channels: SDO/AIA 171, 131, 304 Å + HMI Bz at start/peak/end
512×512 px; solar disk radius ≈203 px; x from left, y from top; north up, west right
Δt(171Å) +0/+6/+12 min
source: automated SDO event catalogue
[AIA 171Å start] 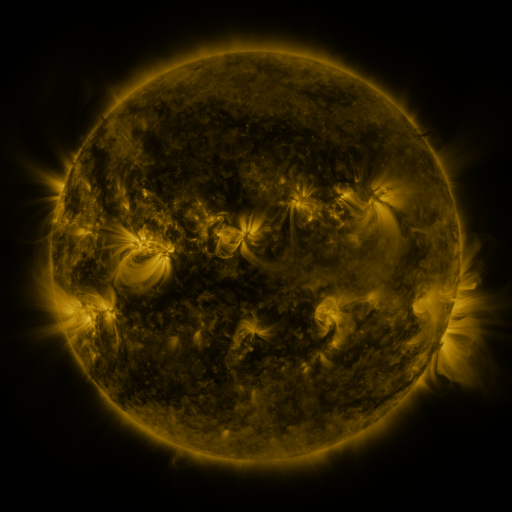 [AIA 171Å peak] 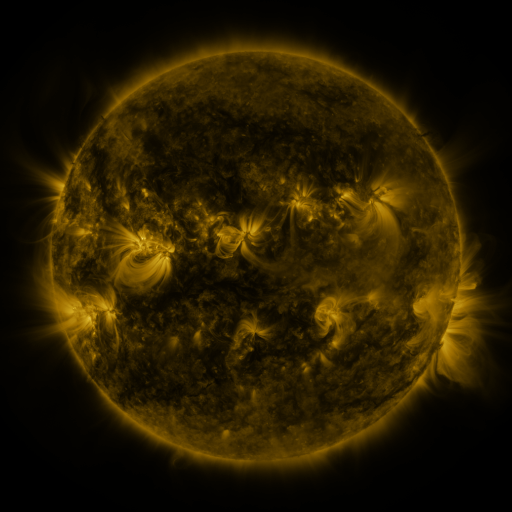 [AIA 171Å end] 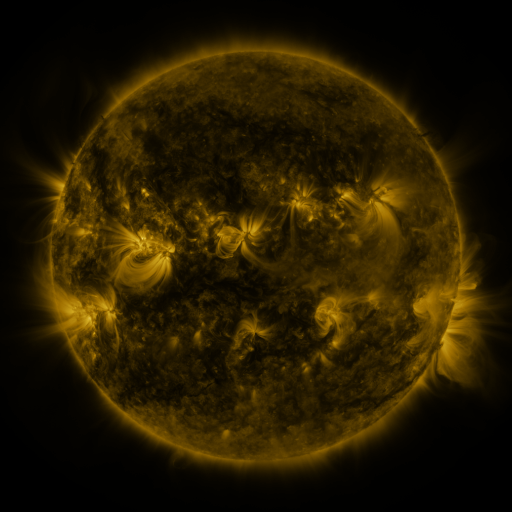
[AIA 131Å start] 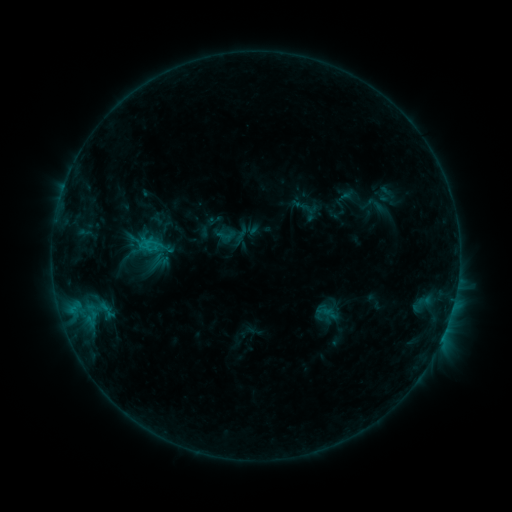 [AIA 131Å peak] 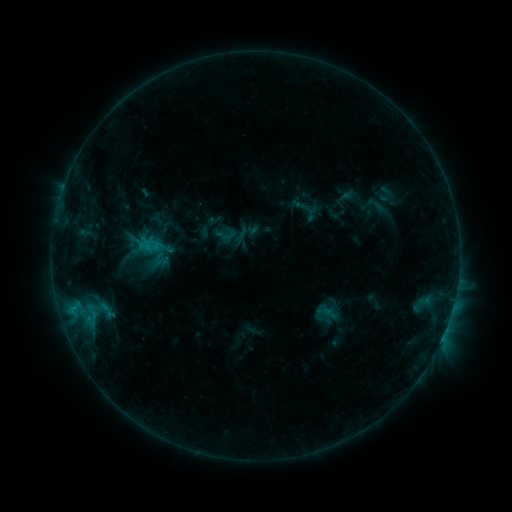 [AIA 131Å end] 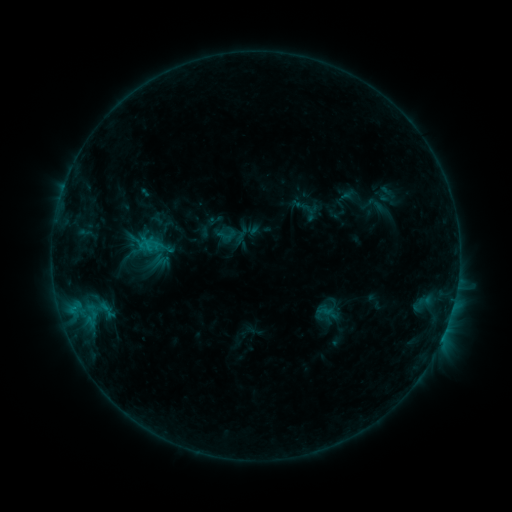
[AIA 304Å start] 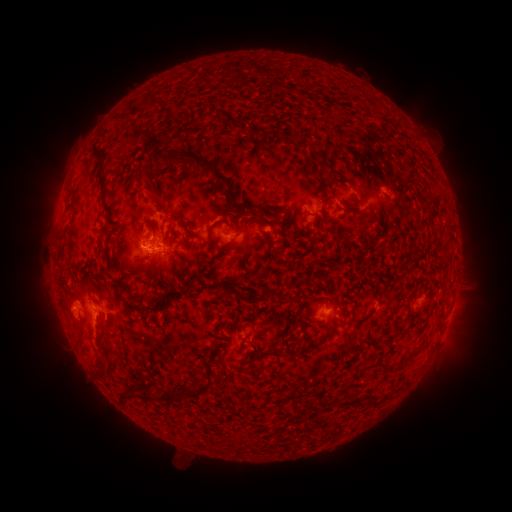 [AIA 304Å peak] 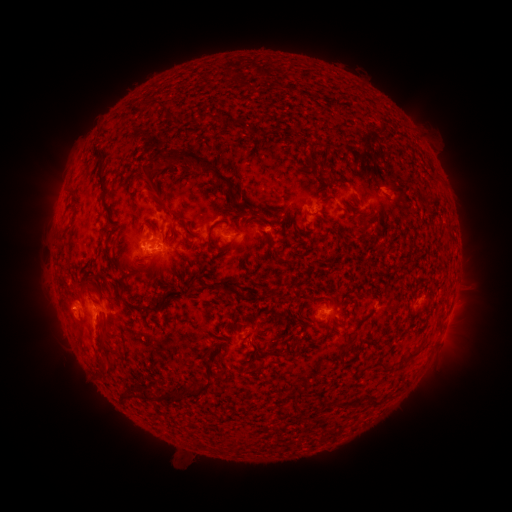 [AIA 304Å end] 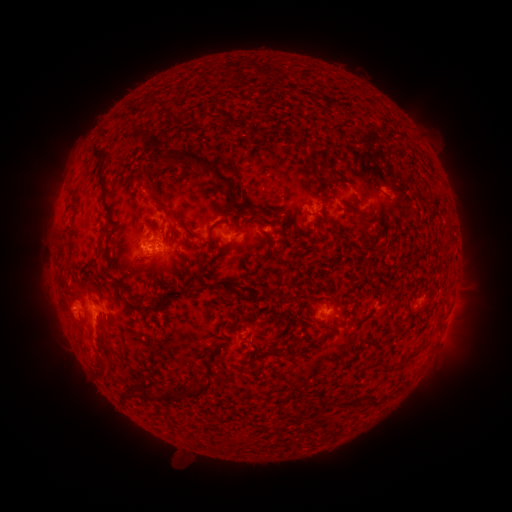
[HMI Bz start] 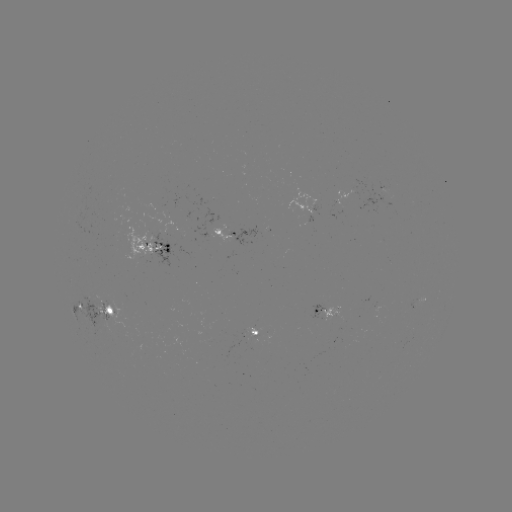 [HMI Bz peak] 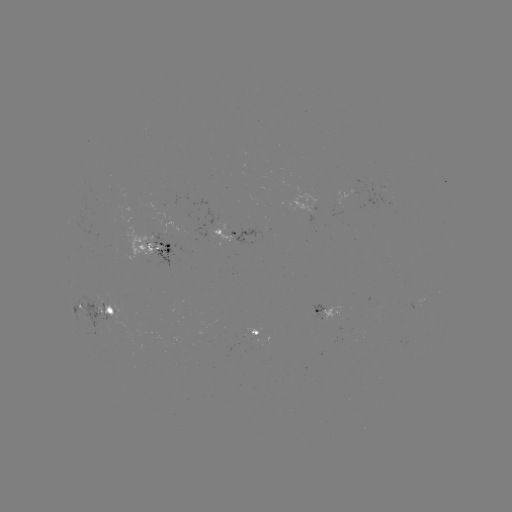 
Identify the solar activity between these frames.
no flare in any classed list; no EUV-trigger detection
